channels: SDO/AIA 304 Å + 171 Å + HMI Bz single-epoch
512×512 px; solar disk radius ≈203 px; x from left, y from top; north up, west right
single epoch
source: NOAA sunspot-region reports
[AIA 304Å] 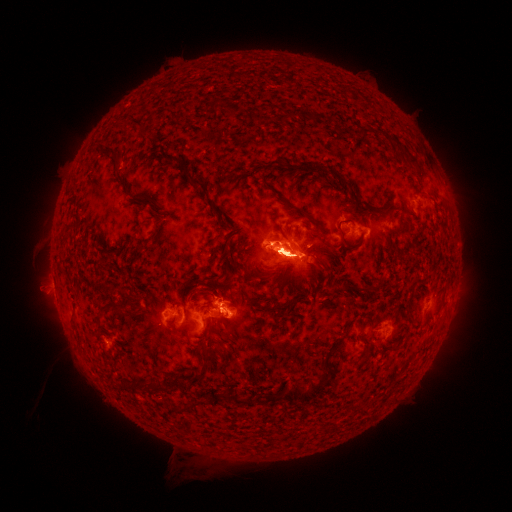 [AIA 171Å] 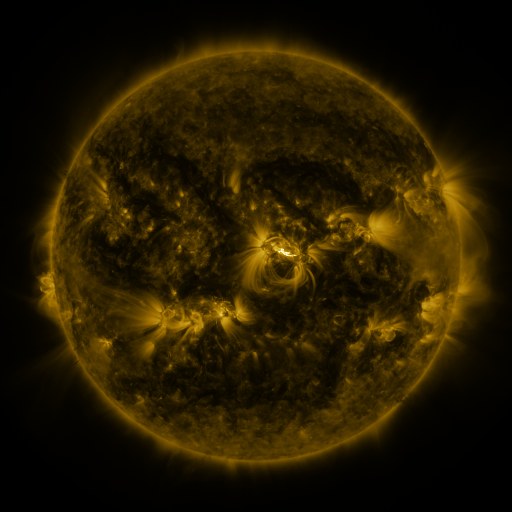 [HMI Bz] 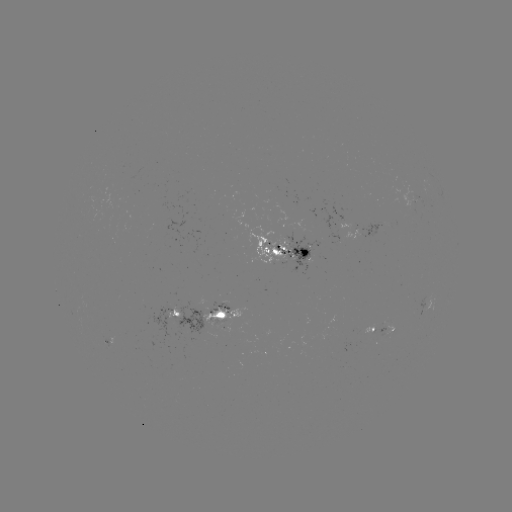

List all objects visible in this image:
spotted active region: (365, 232)
spotted active region: (294, 245)
spotted active region: (224, 315)
spotted active region: (181, 318)
spotted active region: (380, 332)
